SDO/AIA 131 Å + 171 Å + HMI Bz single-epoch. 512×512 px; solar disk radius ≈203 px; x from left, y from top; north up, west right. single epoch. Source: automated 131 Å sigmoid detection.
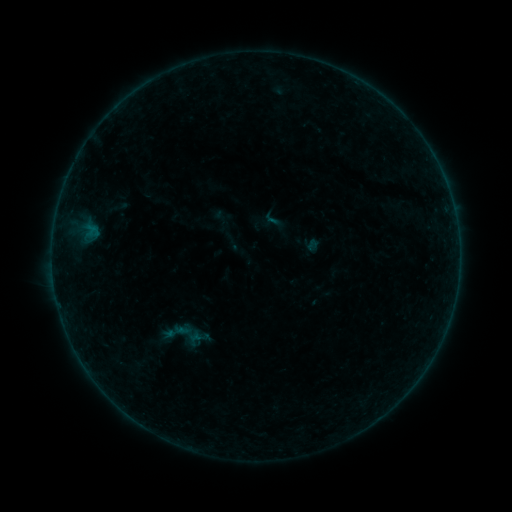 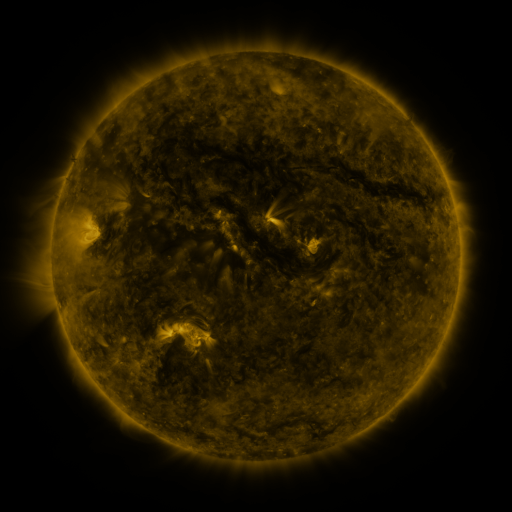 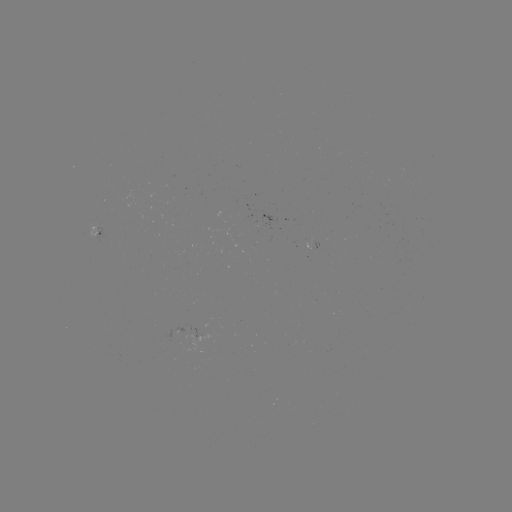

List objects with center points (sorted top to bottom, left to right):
sigmoid: (273, 219)
